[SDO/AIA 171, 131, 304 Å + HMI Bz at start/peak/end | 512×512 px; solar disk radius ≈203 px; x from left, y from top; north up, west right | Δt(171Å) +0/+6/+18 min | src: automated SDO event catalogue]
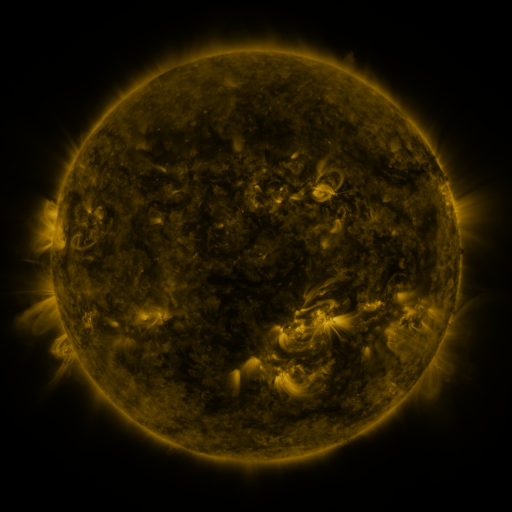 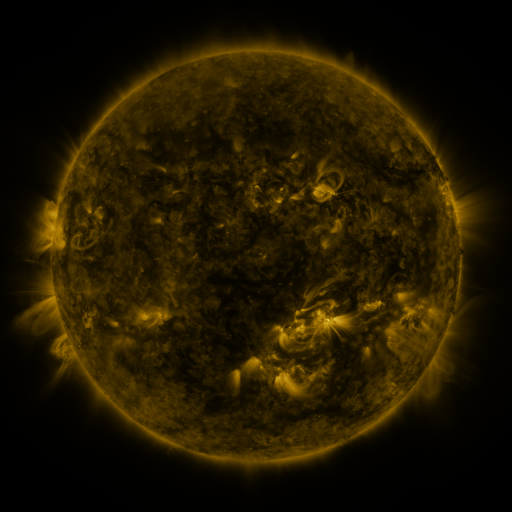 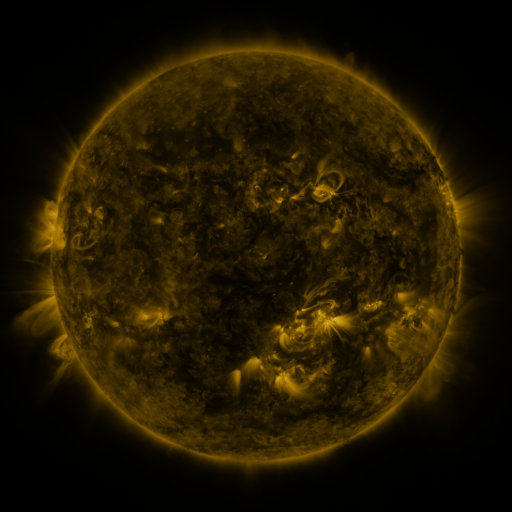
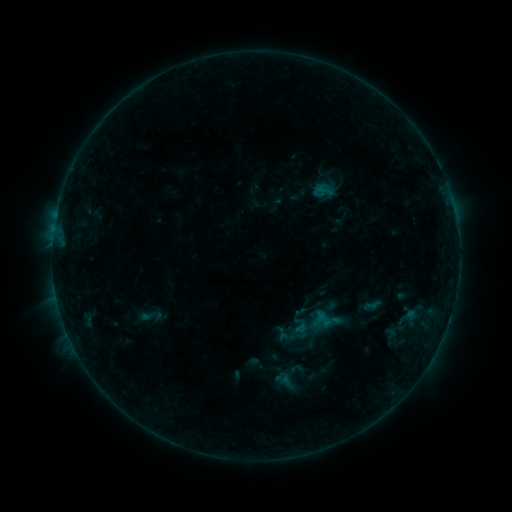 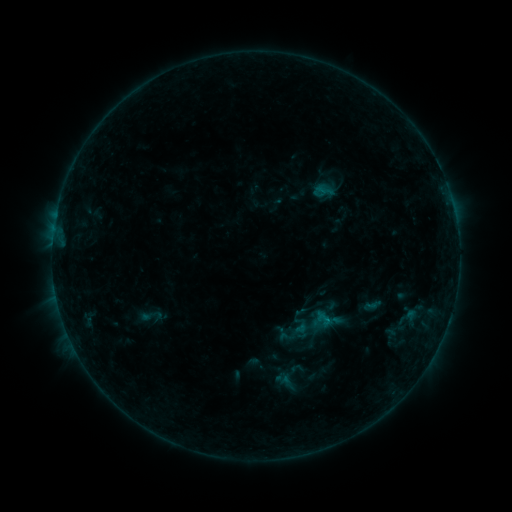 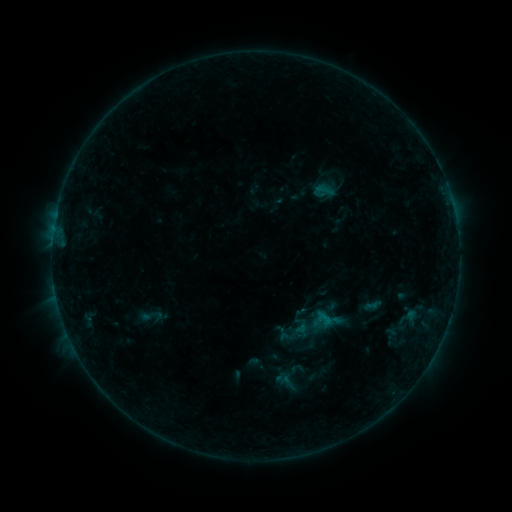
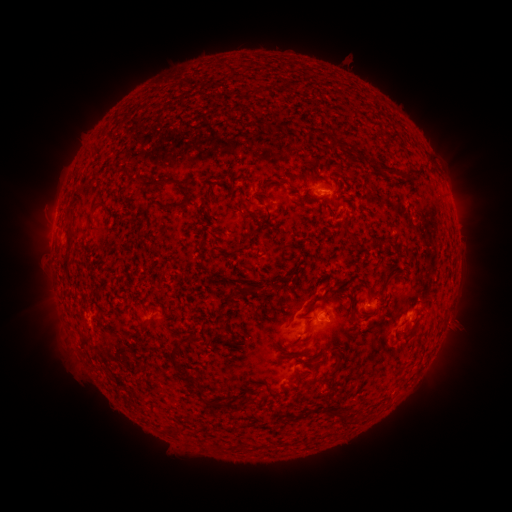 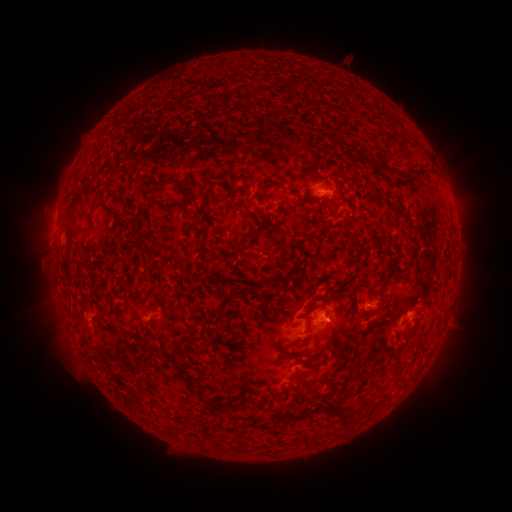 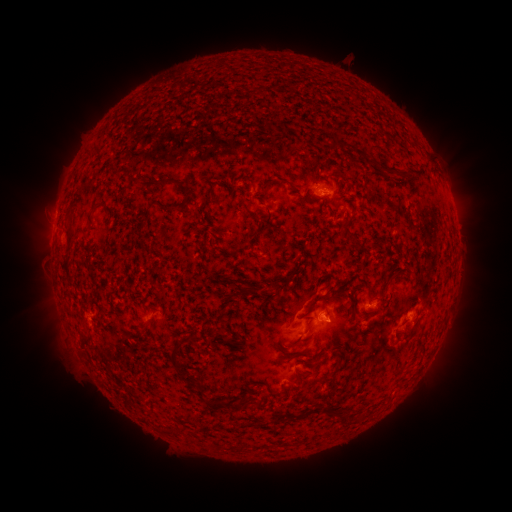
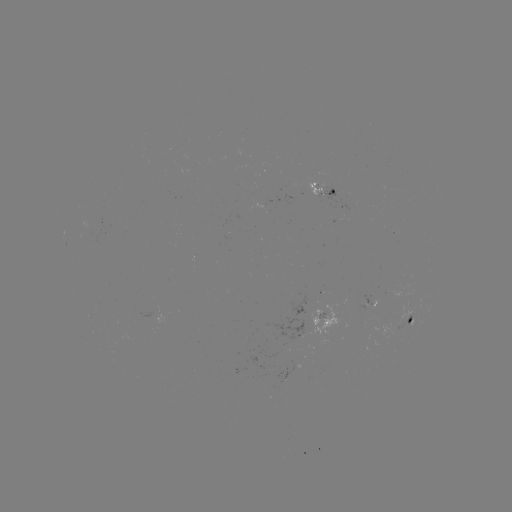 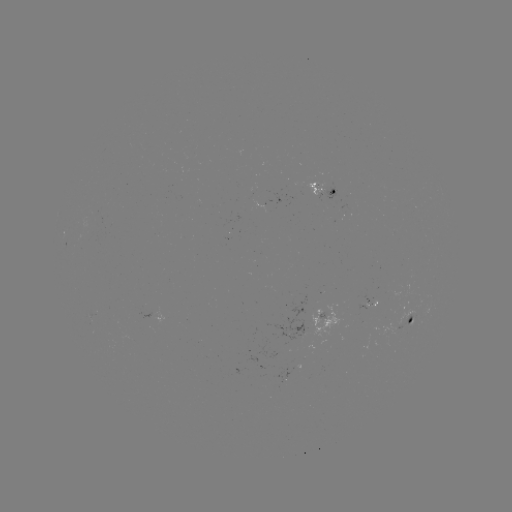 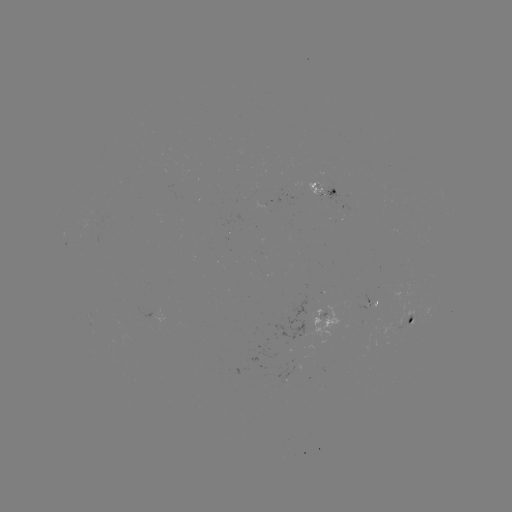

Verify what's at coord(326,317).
B4.1 flare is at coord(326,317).